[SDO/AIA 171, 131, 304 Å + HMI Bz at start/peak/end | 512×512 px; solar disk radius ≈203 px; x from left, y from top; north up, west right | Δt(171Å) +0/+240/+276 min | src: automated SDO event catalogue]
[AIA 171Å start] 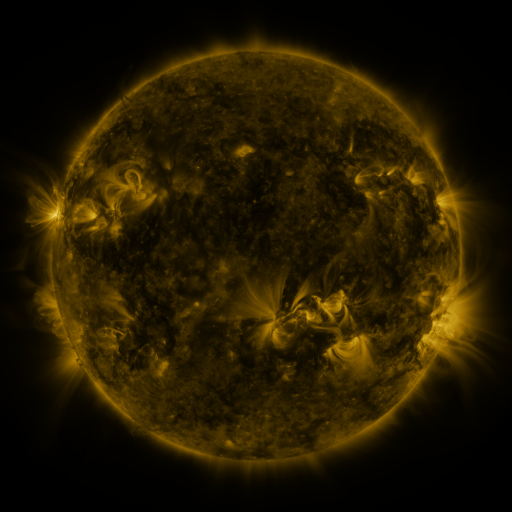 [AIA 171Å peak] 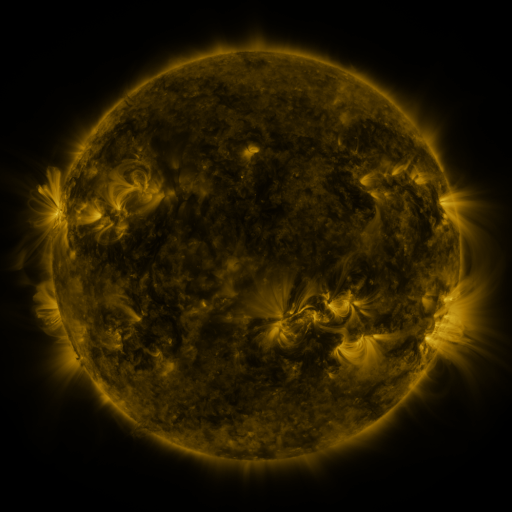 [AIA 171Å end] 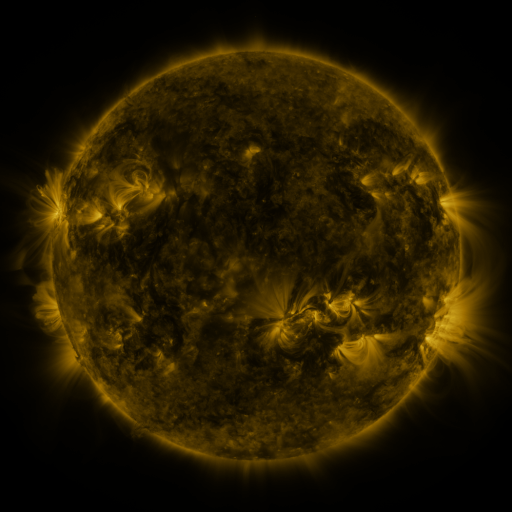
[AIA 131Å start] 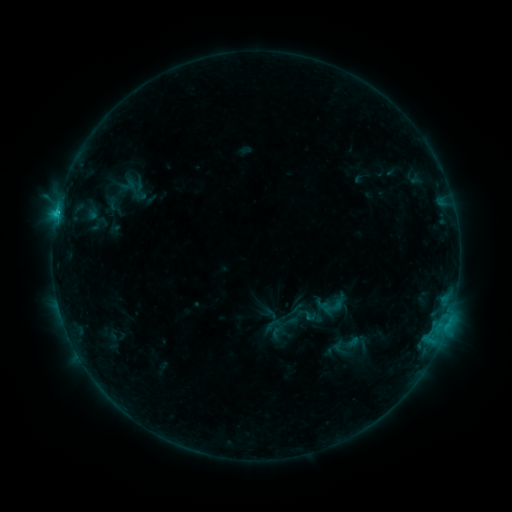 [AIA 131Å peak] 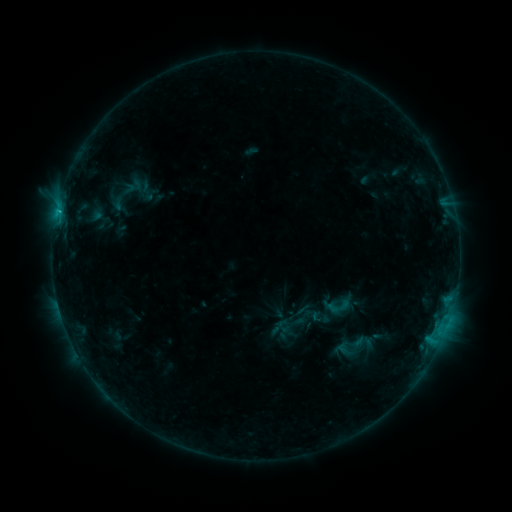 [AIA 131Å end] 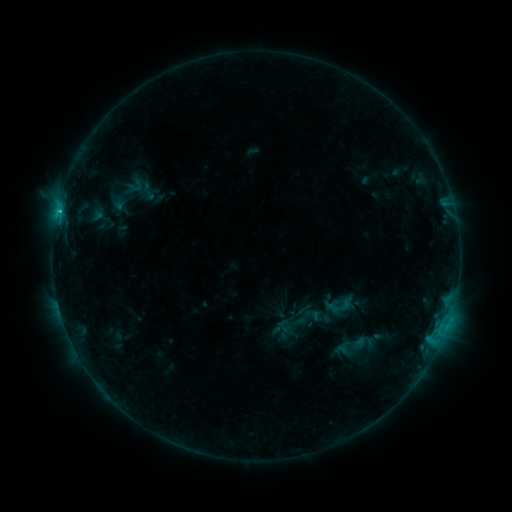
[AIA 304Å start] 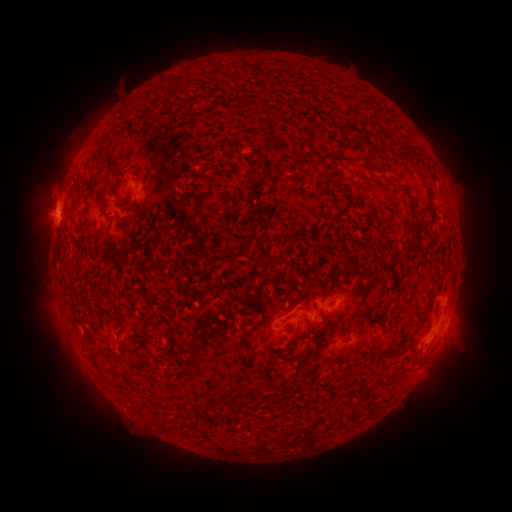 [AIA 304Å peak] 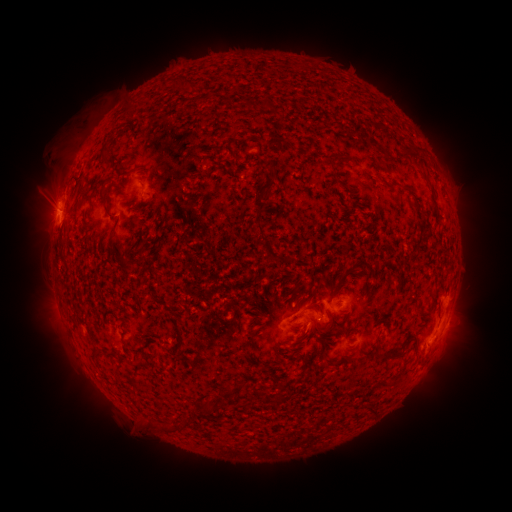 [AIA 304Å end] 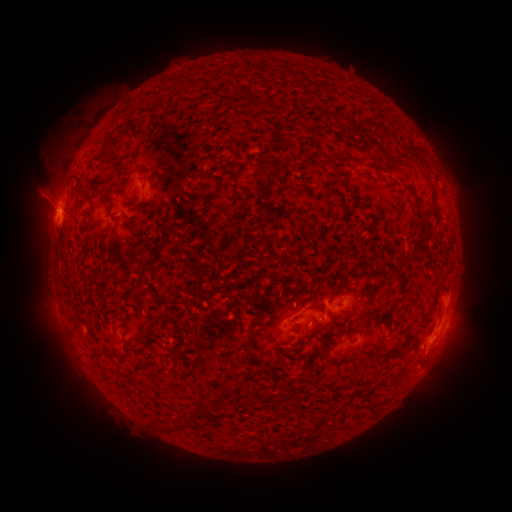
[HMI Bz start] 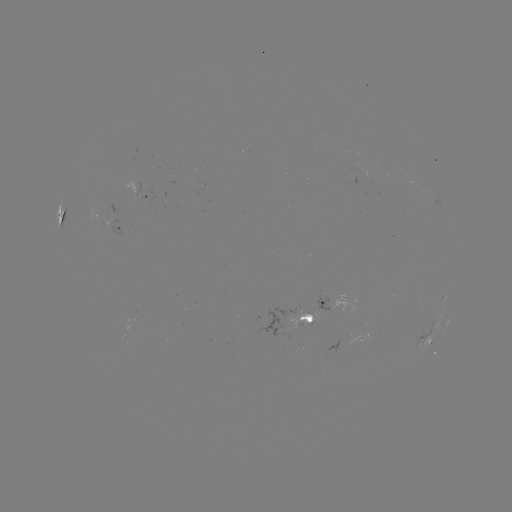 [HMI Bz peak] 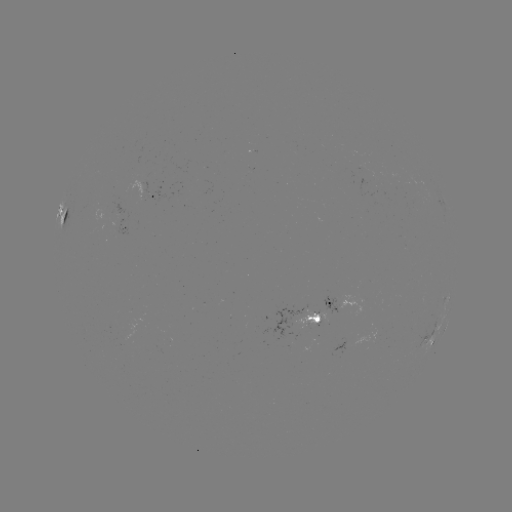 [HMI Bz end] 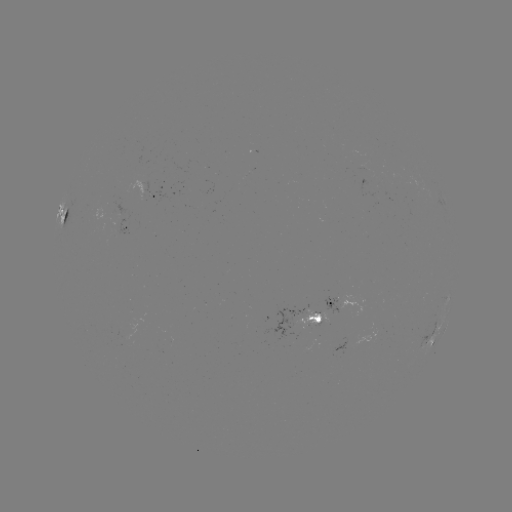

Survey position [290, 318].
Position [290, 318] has emerging-flux region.